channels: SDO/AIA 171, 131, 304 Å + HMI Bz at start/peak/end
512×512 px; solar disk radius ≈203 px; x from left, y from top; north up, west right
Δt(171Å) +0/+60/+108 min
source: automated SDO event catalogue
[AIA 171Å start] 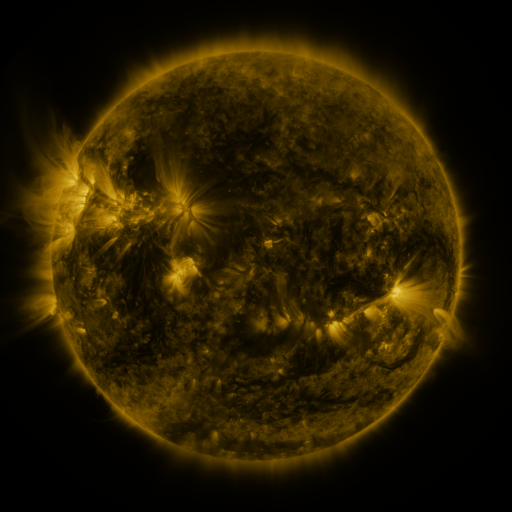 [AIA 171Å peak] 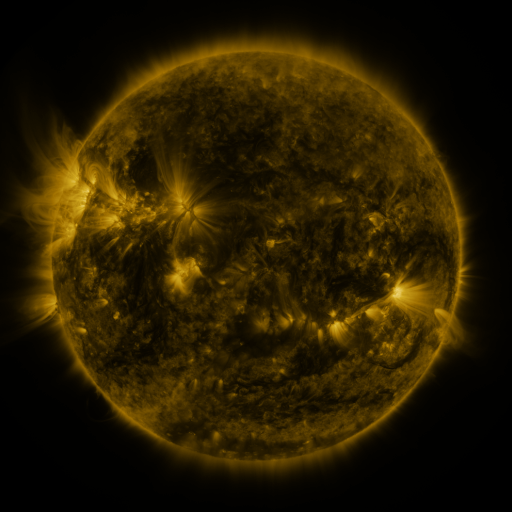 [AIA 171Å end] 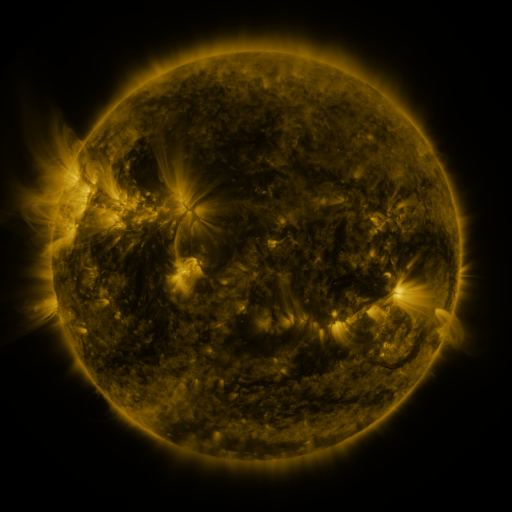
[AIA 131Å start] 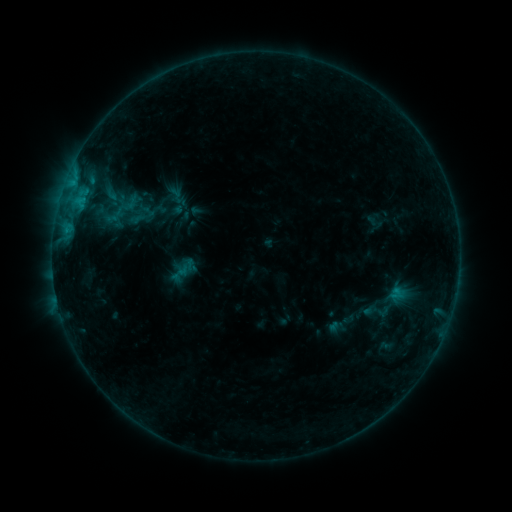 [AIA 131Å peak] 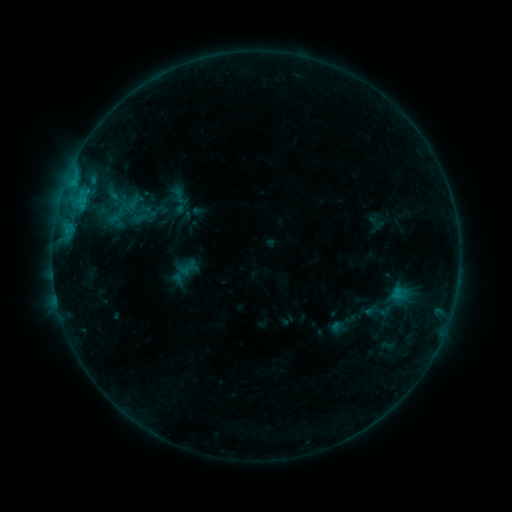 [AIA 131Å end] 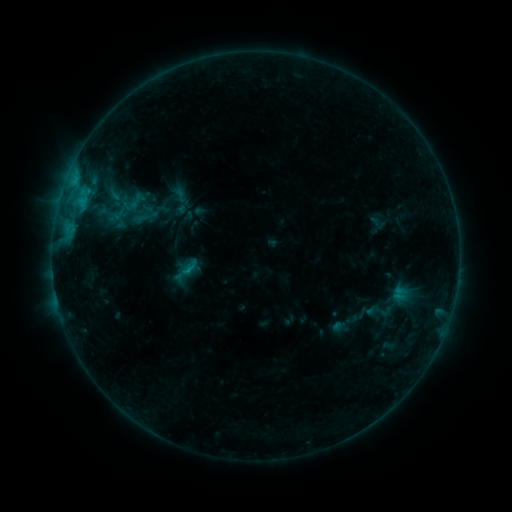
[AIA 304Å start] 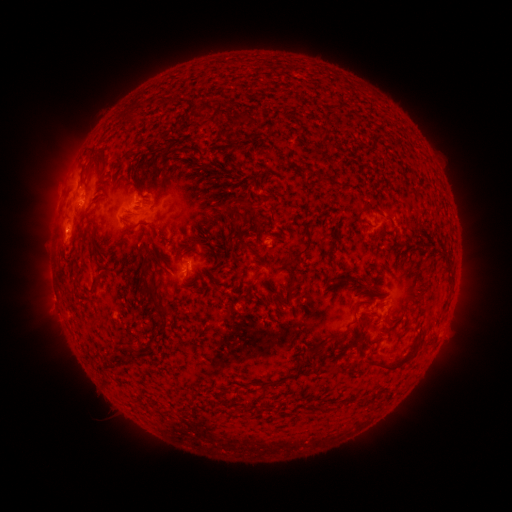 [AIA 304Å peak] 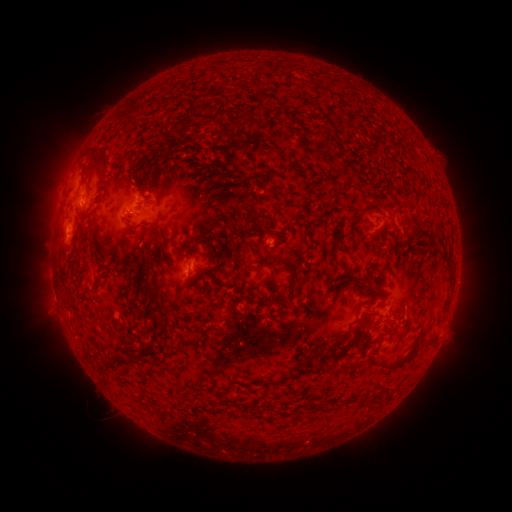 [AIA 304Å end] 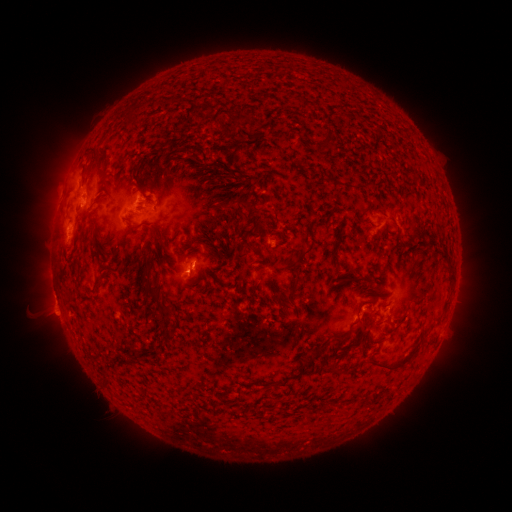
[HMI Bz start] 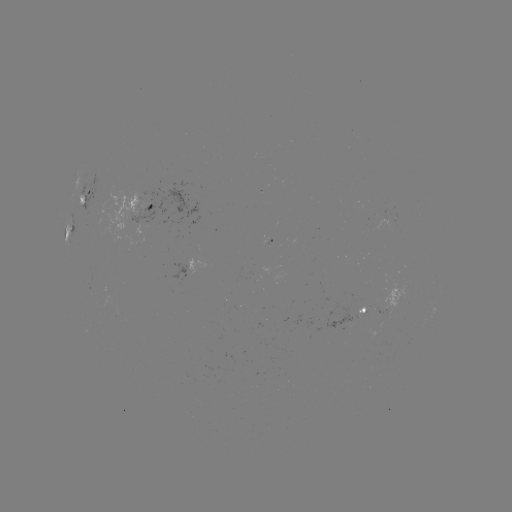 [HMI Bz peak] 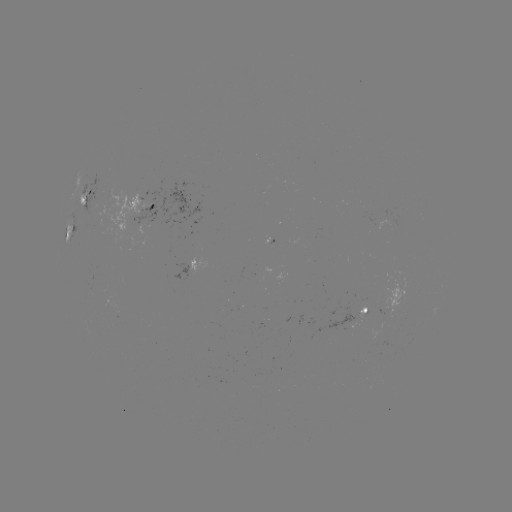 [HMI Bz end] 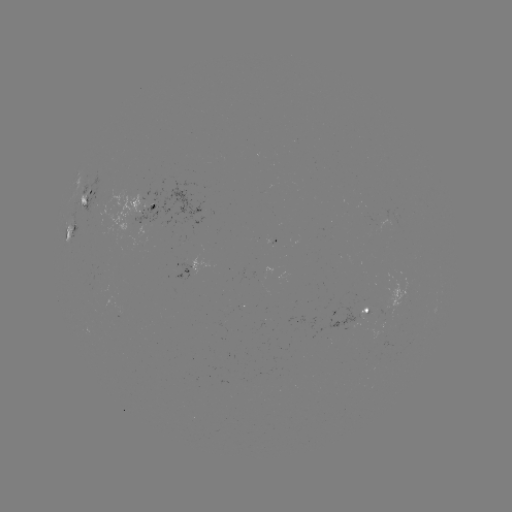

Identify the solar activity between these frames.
emerging-flux region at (391, 221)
